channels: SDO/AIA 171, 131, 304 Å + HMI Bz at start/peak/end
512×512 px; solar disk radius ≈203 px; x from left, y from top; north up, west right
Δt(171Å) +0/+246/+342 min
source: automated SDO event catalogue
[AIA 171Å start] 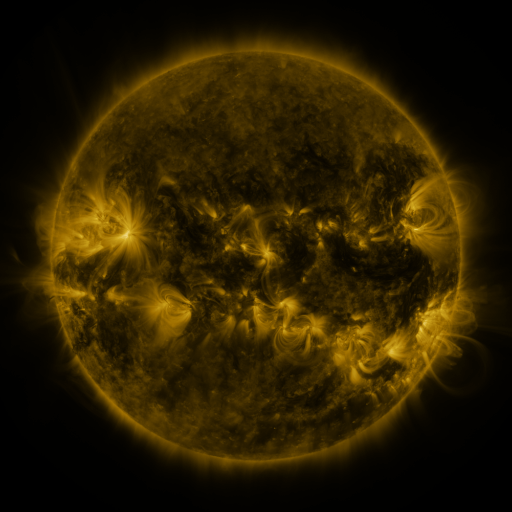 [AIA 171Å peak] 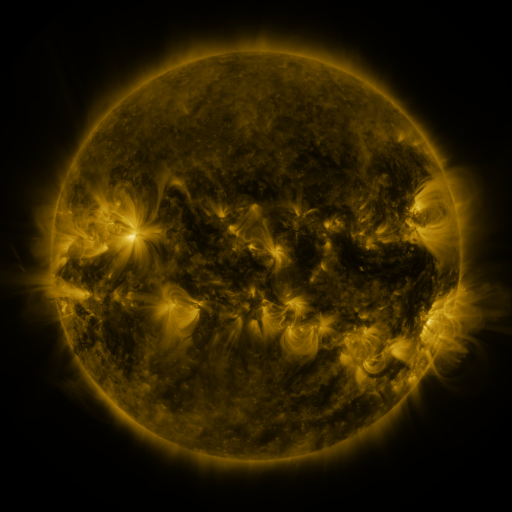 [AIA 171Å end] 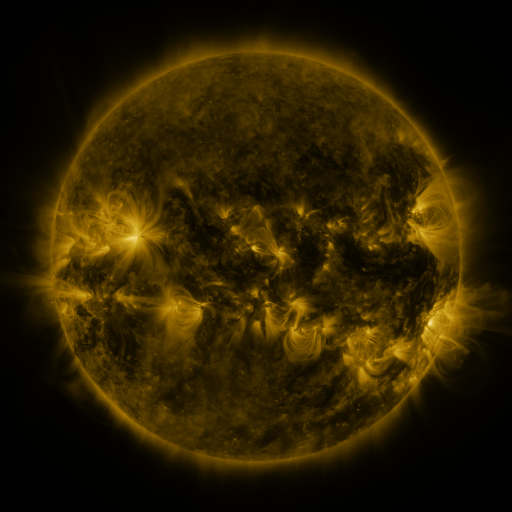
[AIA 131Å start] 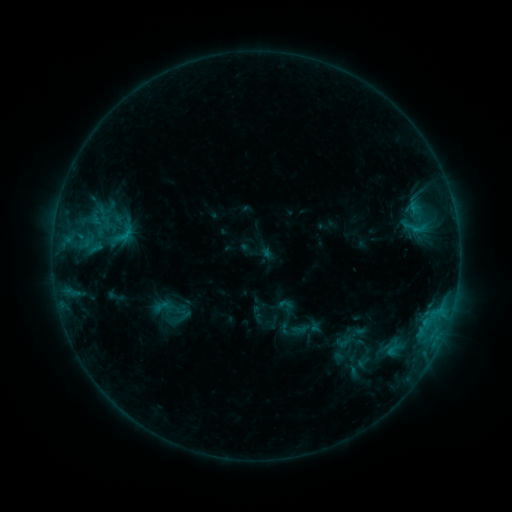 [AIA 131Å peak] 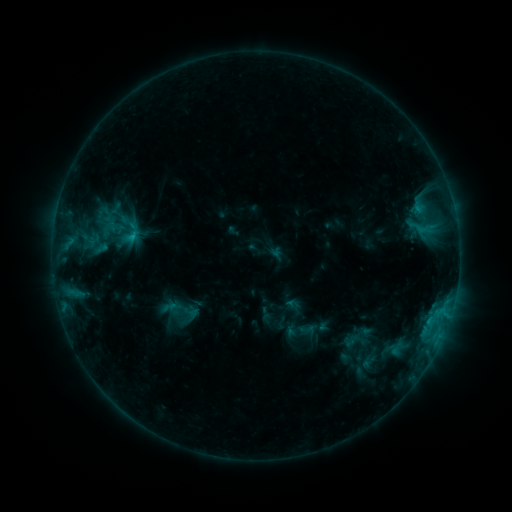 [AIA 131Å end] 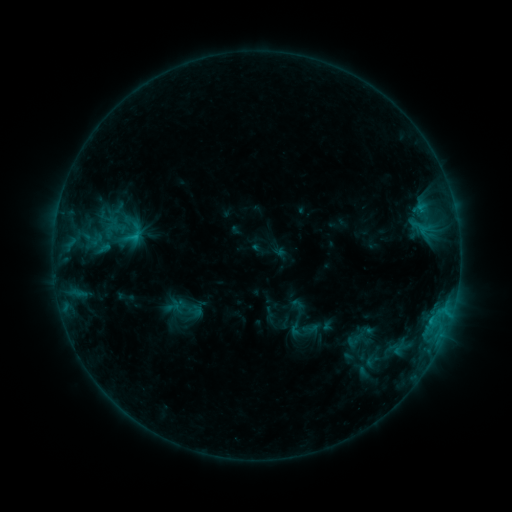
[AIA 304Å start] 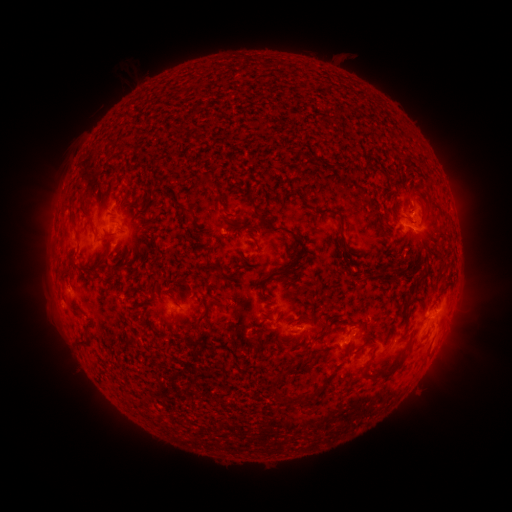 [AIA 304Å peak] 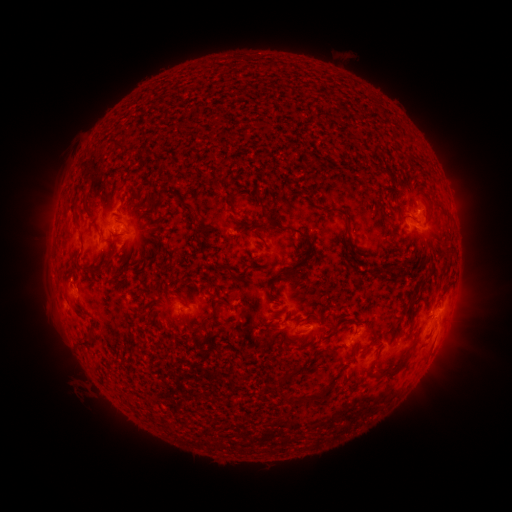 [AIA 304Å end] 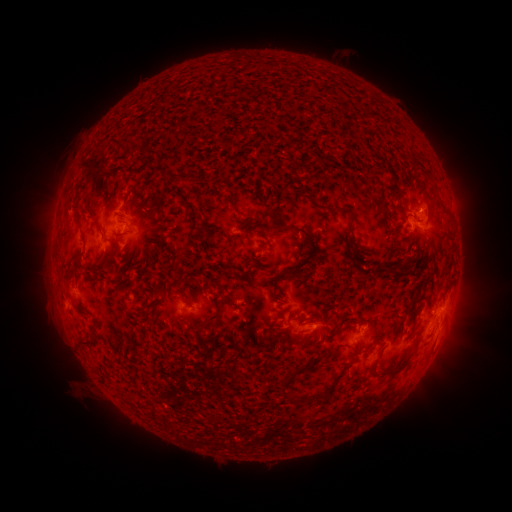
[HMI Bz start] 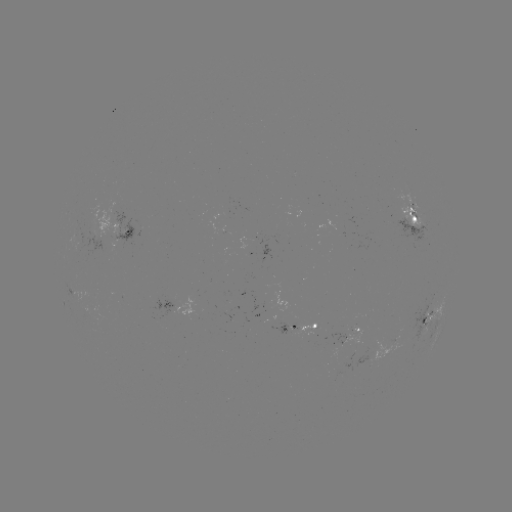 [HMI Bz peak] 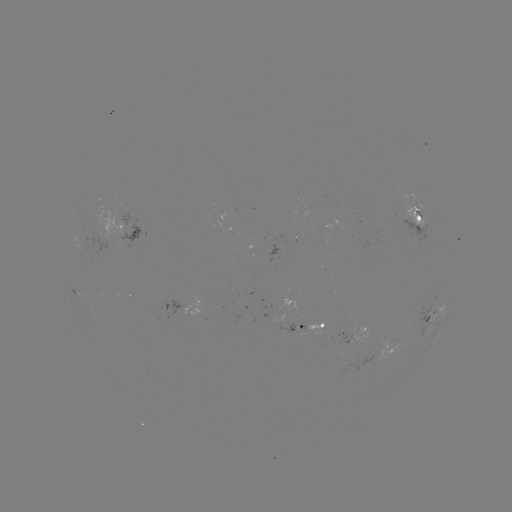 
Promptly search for emerging-flux region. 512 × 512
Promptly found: (320, 327).